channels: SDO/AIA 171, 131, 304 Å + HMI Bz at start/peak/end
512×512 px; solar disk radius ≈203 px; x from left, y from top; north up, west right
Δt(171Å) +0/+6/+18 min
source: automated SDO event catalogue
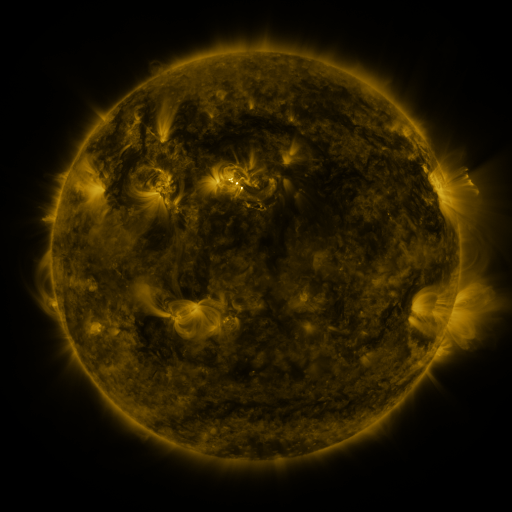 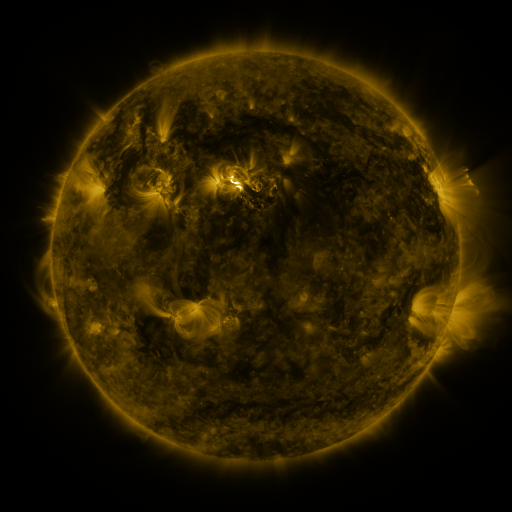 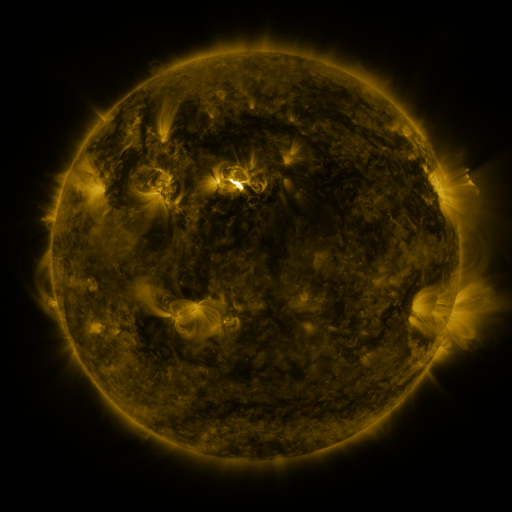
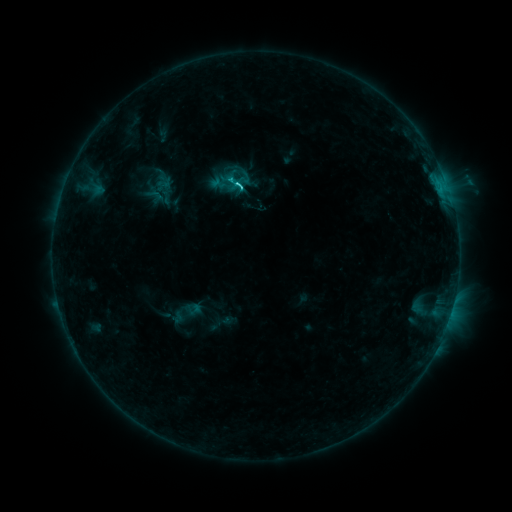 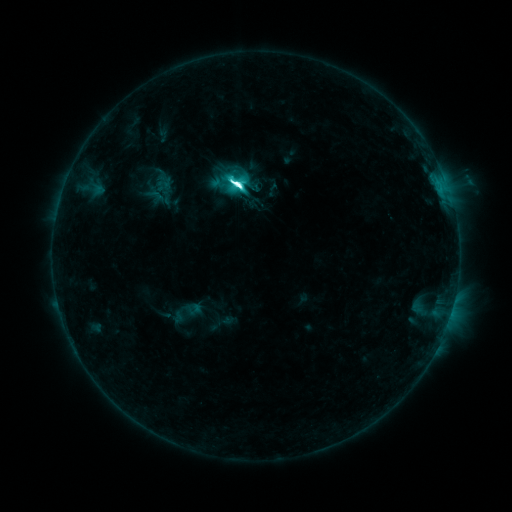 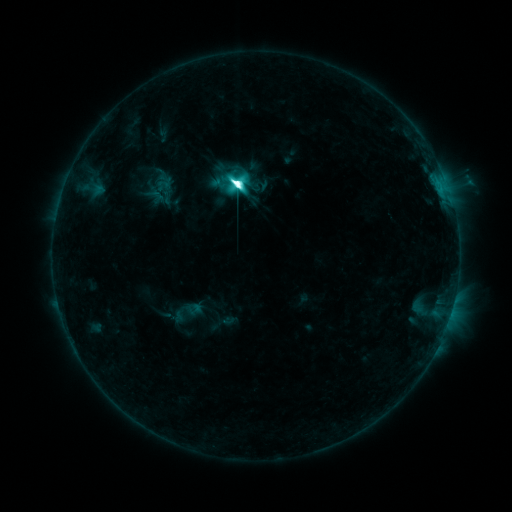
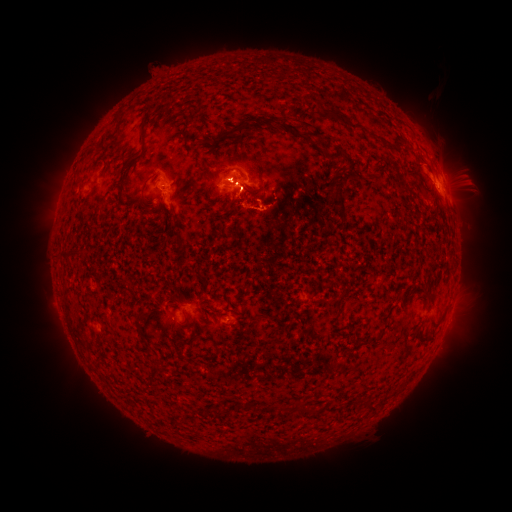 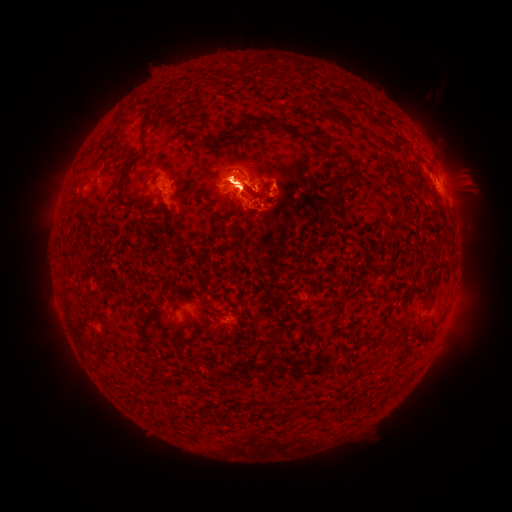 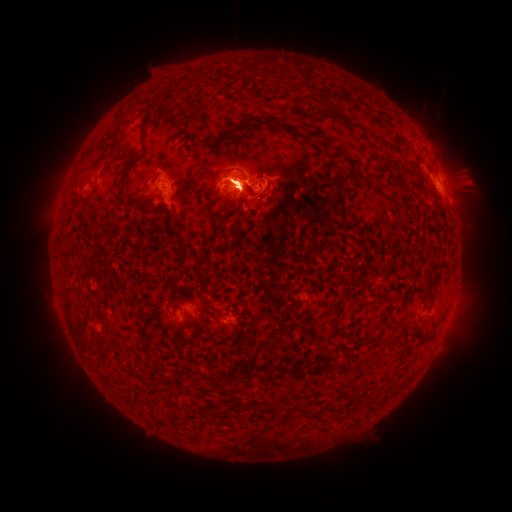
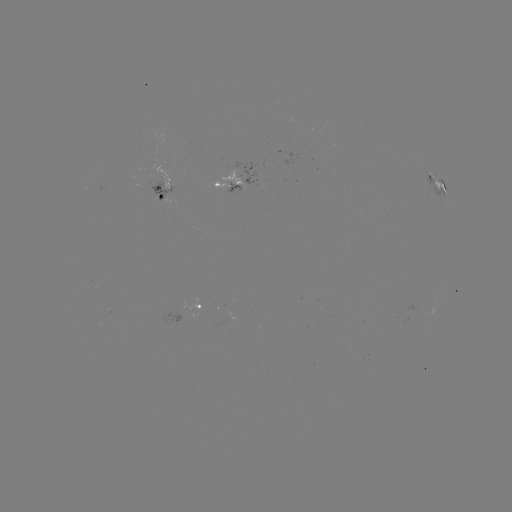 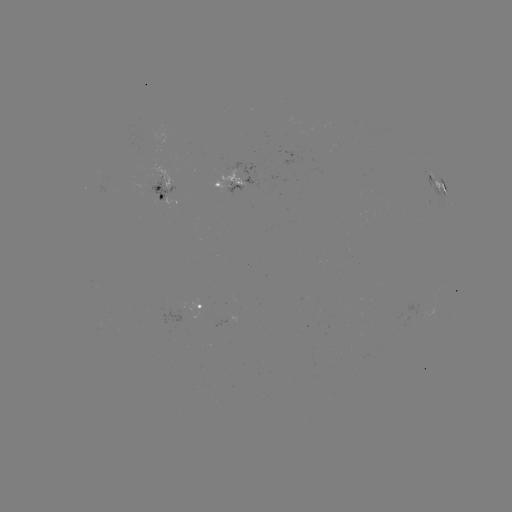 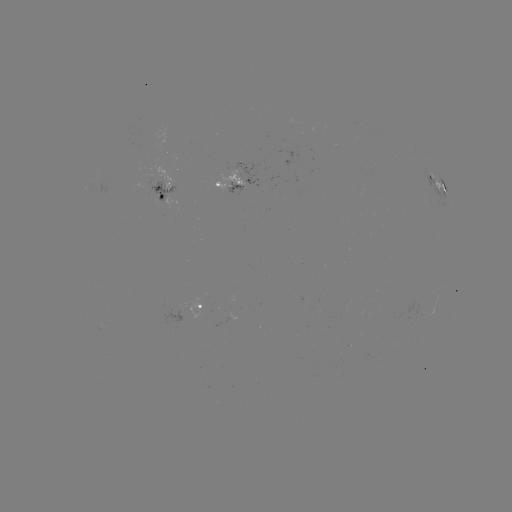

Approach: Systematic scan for eruption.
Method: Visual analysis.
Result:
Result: eruption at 237,121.